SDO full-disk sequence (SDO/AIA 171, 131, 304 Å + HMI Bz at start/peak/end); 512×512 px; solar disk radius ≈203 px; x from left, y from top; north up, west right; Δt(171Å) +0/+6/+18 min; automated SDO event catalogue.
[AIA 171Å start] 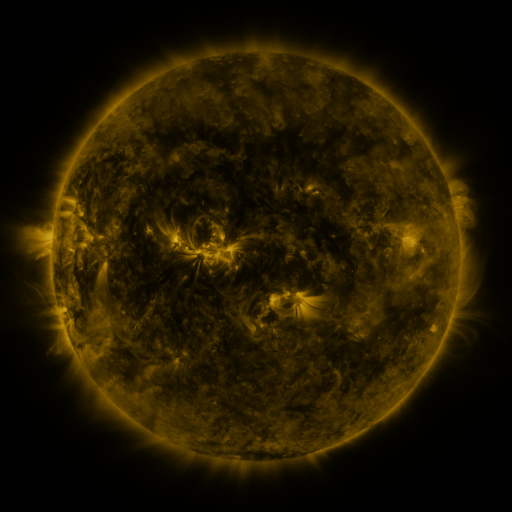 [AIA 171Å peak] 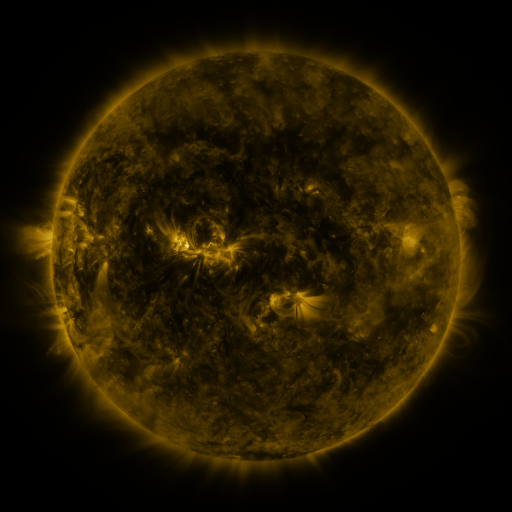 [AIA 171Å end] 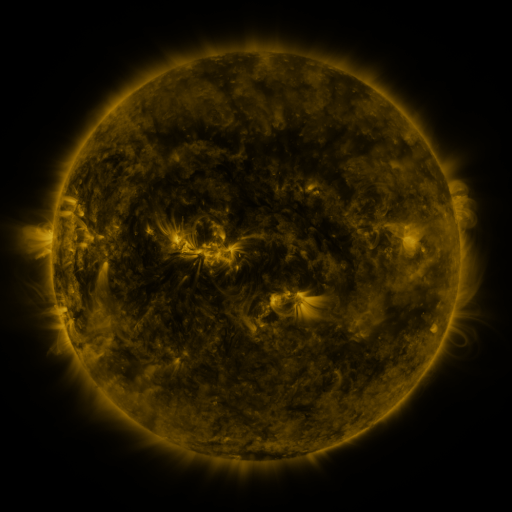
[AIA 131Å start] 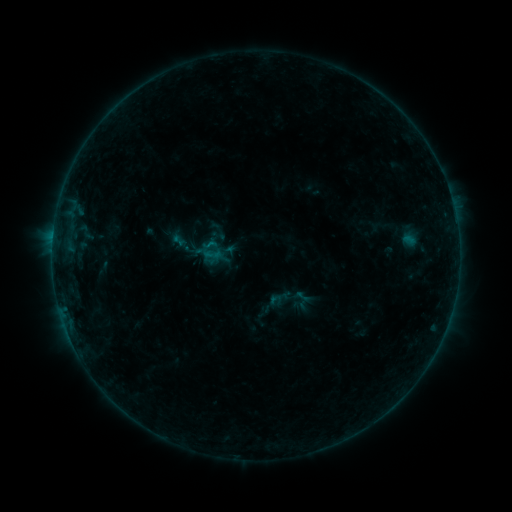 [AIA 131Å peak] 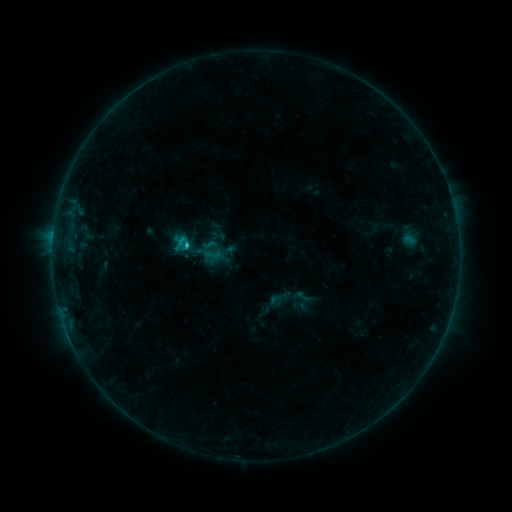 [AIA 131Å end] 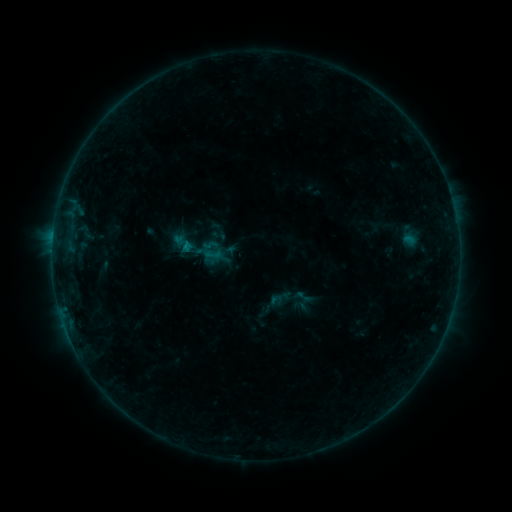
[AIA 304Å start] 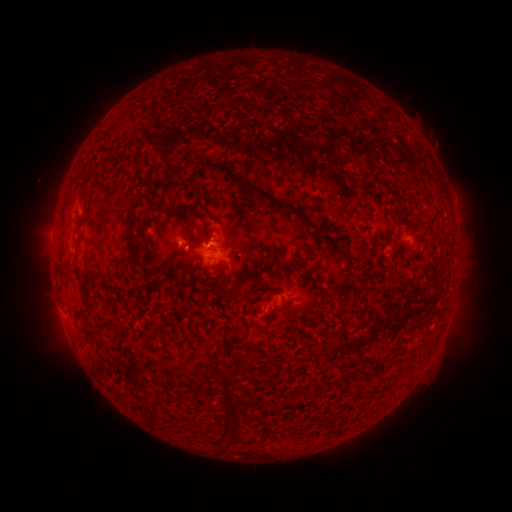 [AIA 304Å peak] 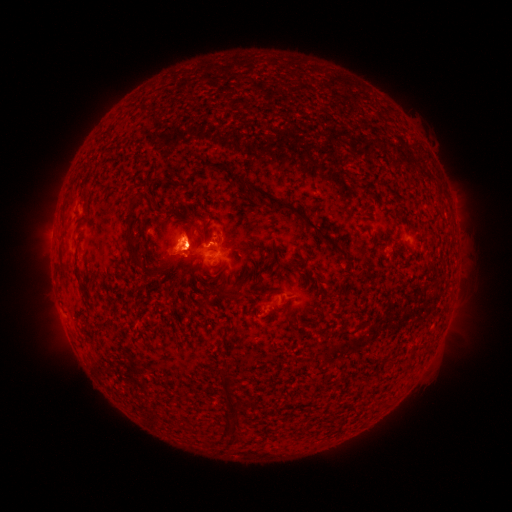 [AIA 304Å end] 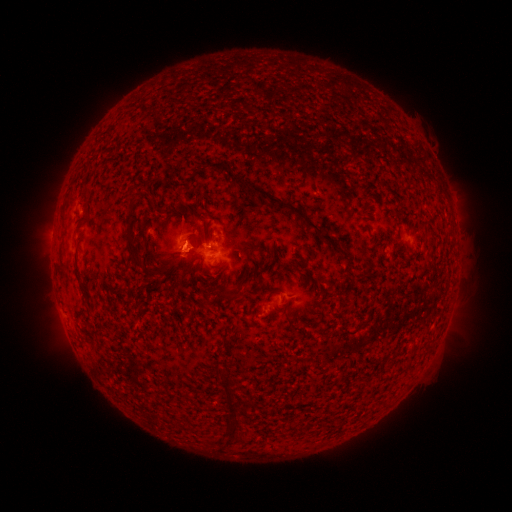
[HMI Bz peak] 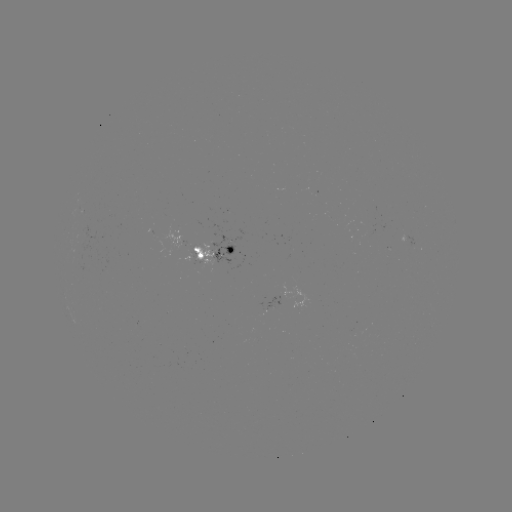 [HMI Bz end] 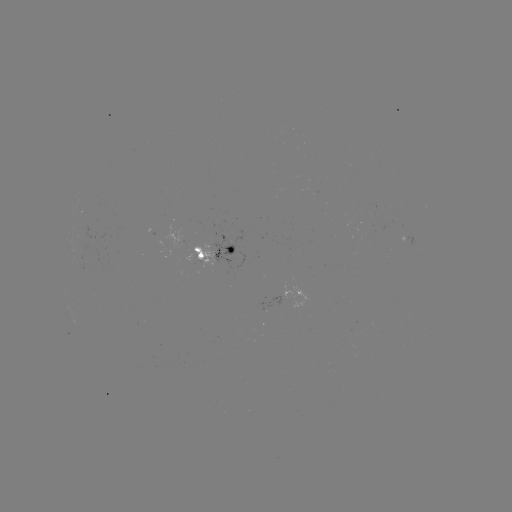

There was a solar flare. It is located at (190, 248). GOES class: B6.4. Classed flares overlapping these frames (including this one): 2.